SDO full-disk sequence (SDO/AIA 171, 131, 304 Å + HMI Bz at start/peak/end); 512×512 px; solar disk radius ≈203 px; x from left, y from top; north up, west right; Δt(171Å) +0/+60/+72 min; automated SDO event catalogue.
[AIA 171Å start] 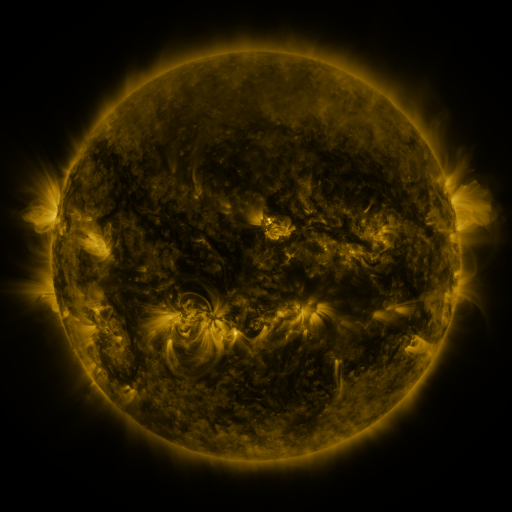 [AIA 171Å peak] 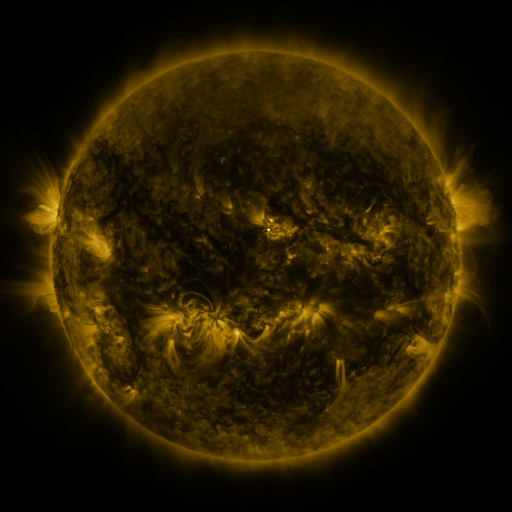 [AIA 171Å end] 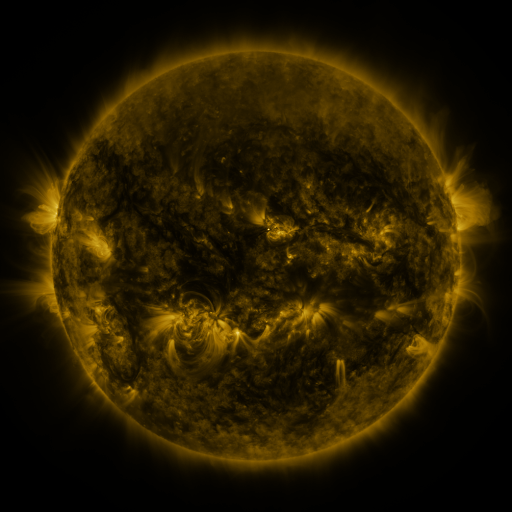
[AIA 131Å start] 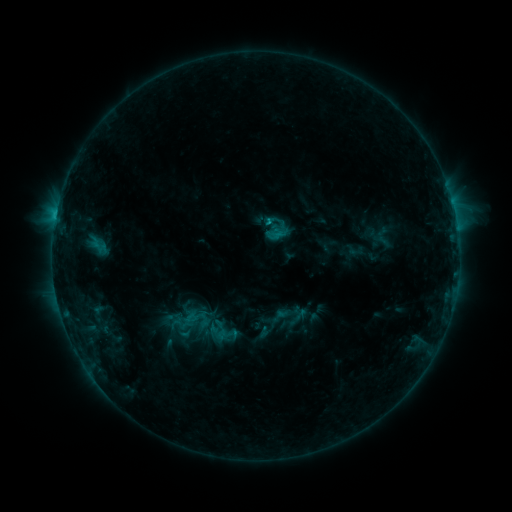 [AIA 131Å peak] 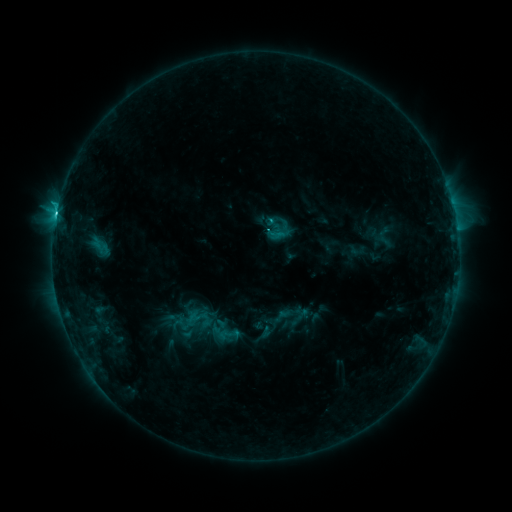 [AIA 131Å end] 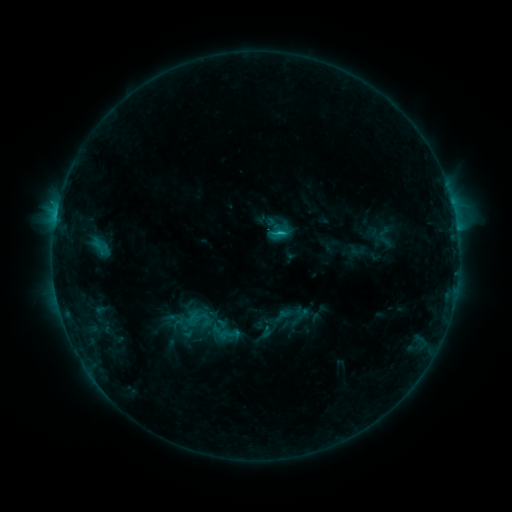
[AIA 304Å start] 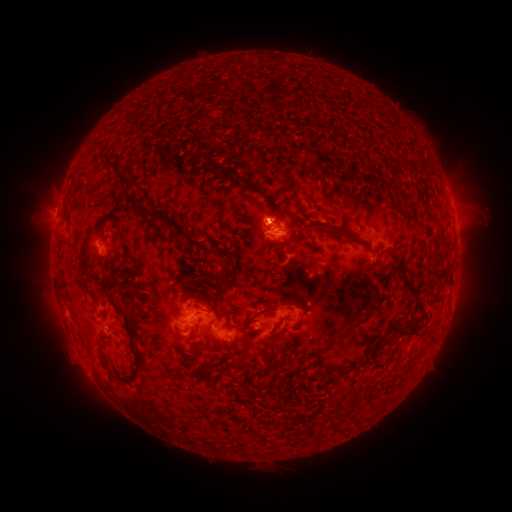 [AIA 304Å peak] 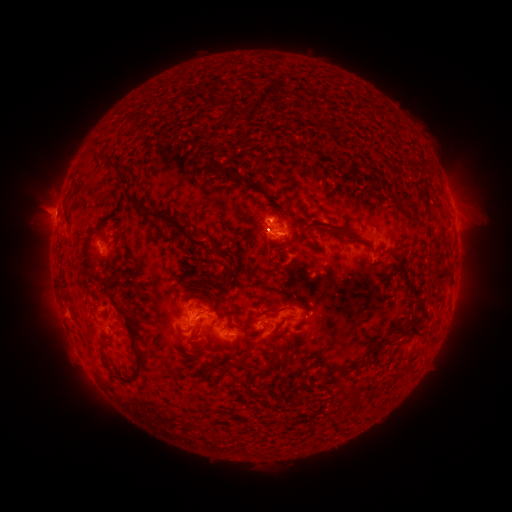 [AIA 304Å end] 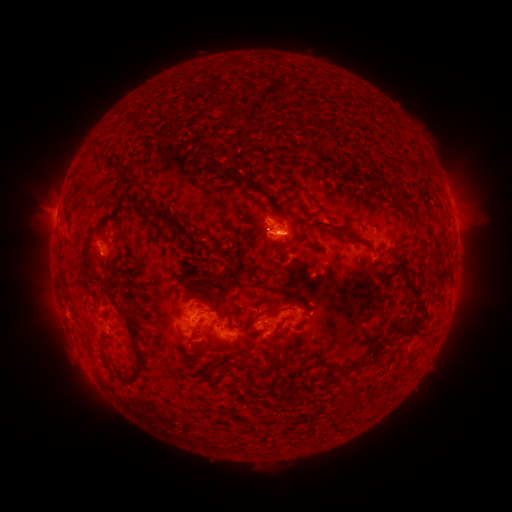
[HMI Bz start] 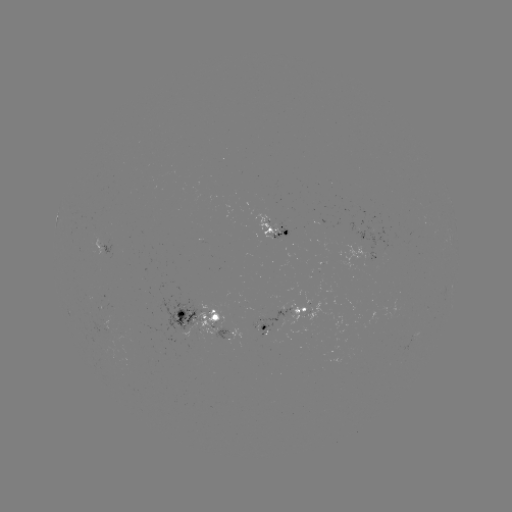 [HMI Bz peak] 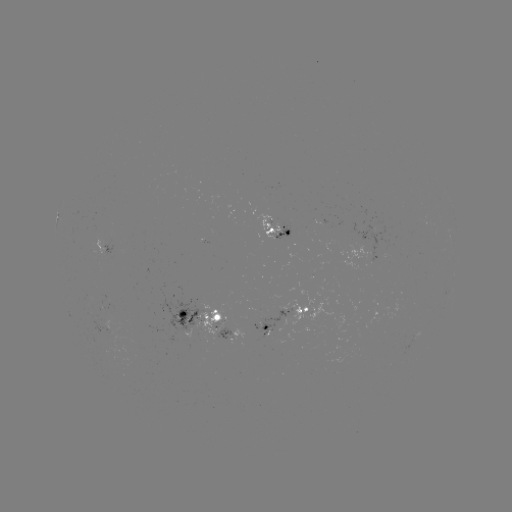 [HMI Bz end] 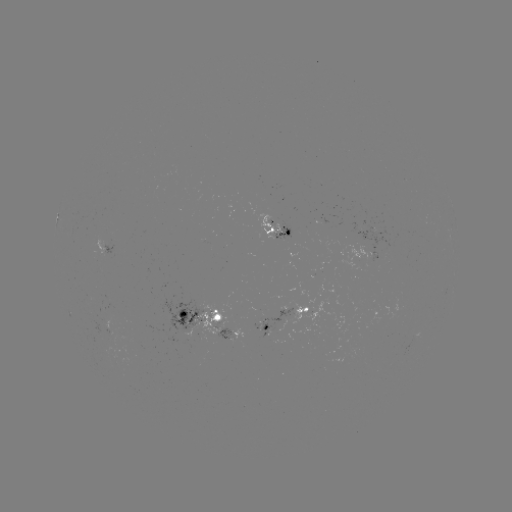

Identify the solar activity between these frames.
emerging-flux region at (277, 323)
